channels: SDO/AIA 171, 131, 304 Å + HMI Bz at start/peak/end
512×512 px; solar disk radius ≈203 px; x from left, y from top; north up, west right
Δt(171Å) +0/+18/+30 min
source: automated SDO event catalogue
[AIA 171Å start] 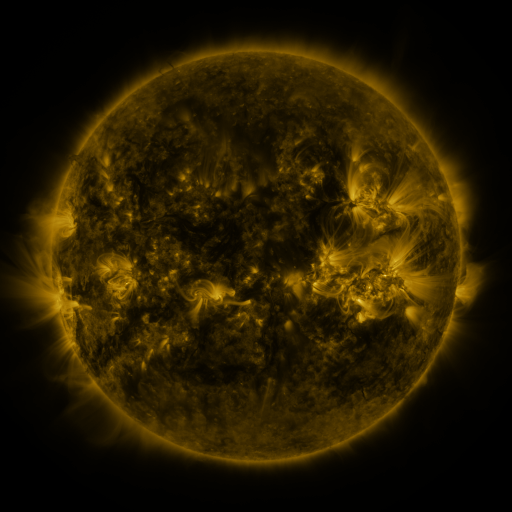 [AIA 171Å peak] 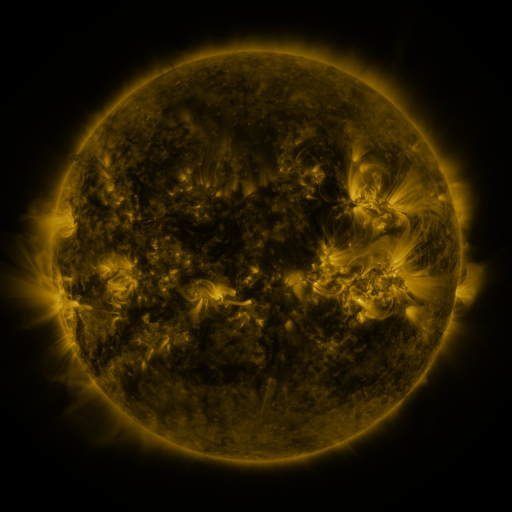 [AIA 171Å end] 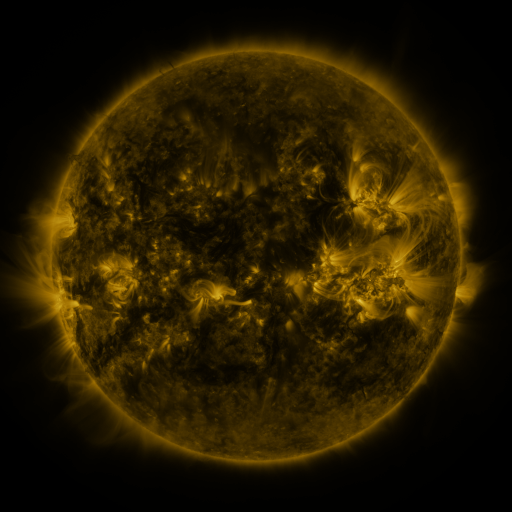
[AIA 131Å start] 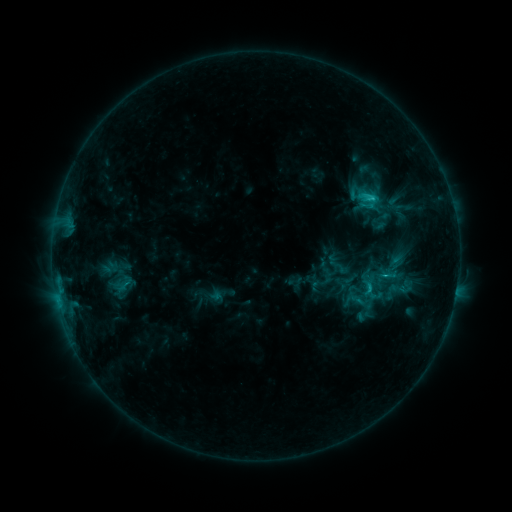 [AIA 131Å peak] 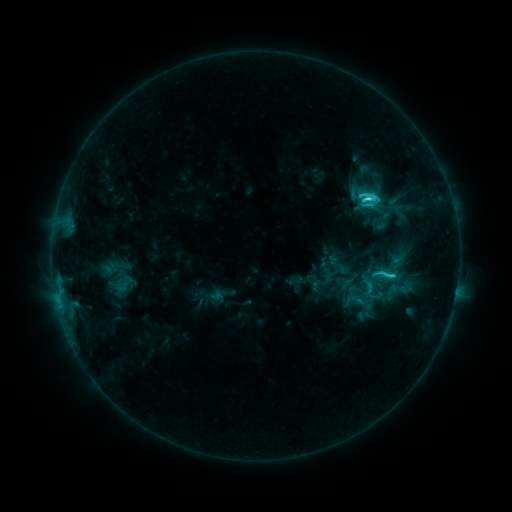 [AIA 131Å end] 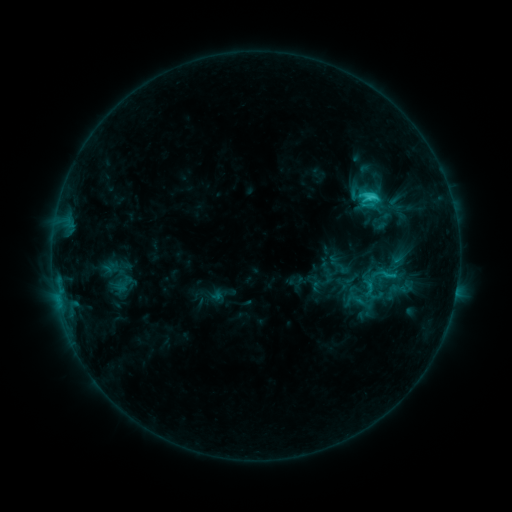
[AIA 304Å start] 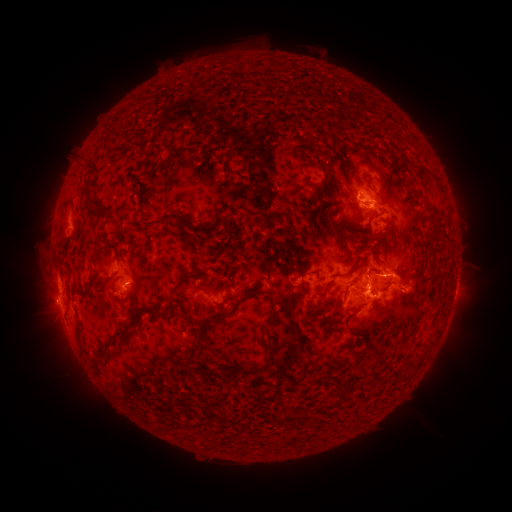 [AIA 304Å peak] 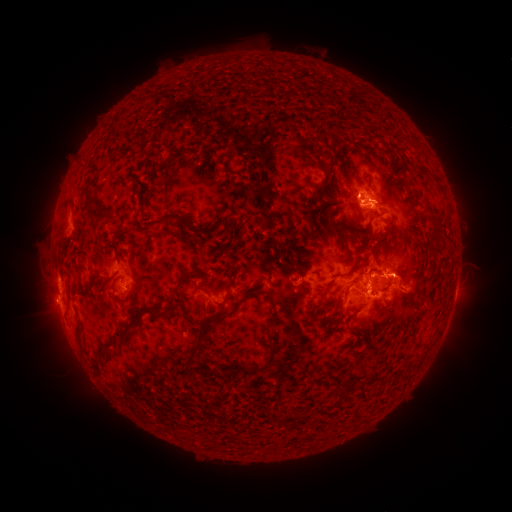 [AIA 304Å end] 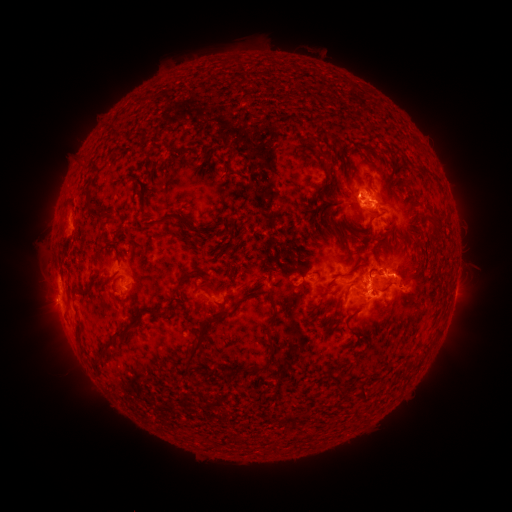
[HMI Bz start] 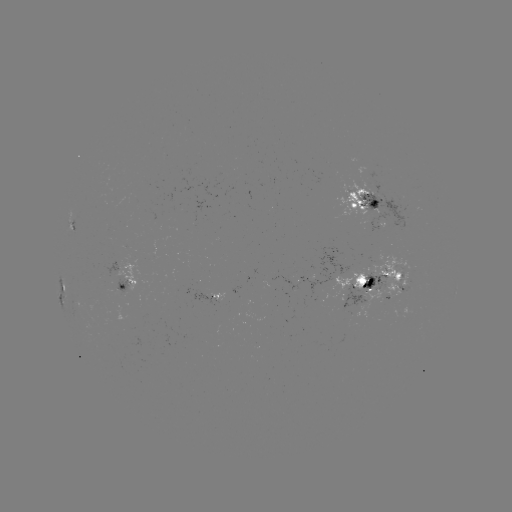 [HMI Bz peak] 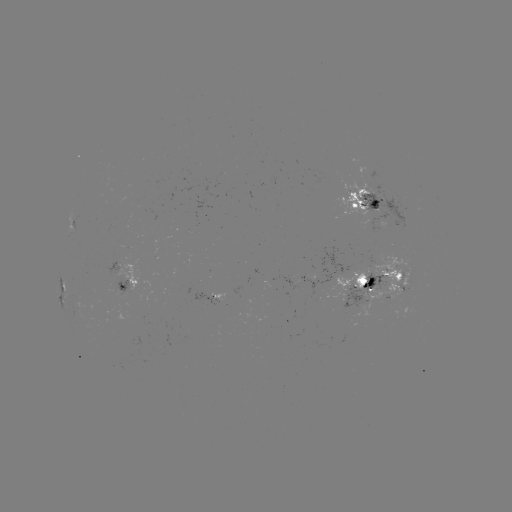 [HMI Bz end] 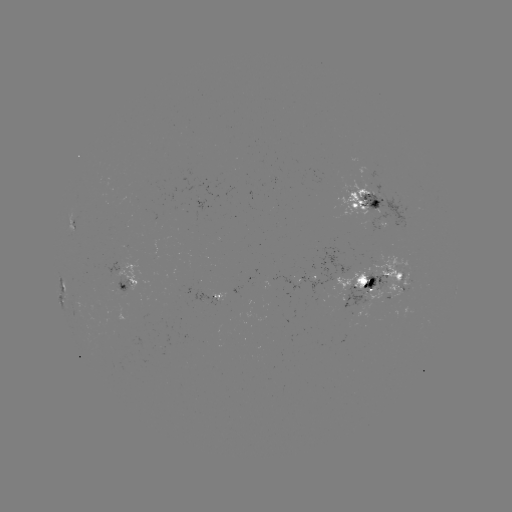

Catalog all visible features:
C5.4 flare: (367, 198)
